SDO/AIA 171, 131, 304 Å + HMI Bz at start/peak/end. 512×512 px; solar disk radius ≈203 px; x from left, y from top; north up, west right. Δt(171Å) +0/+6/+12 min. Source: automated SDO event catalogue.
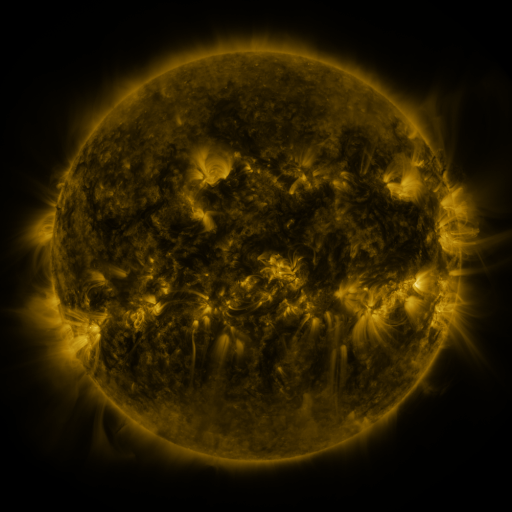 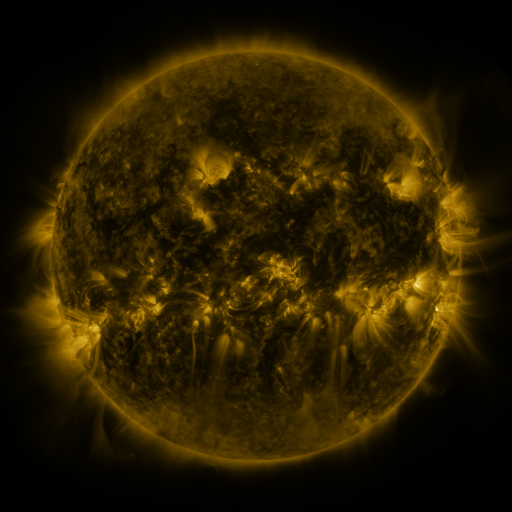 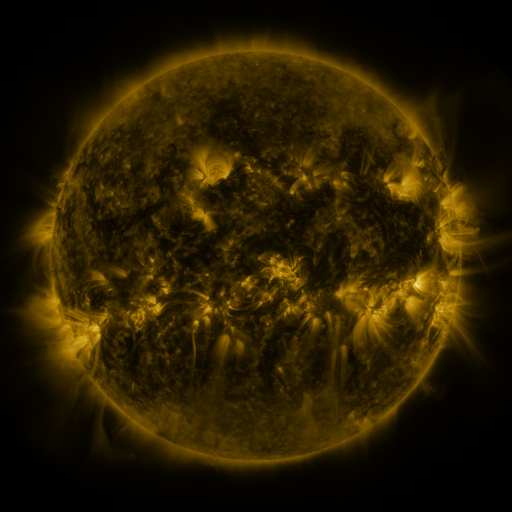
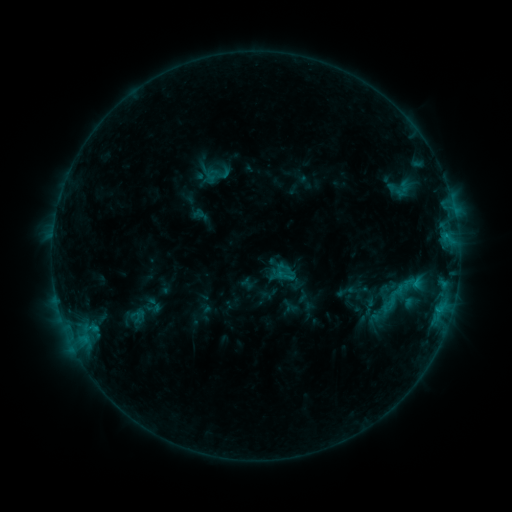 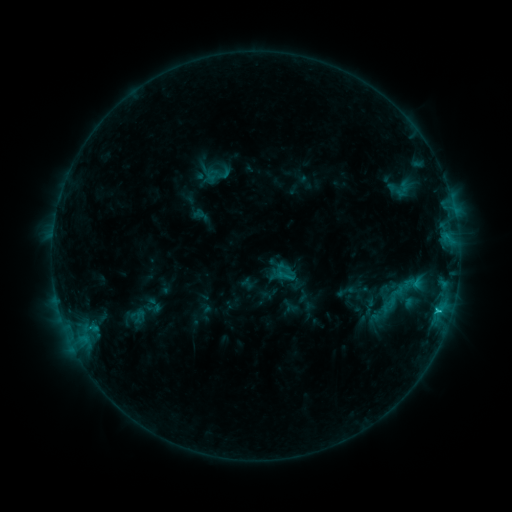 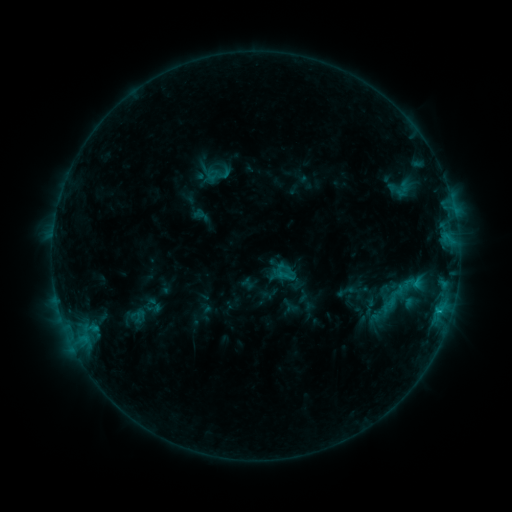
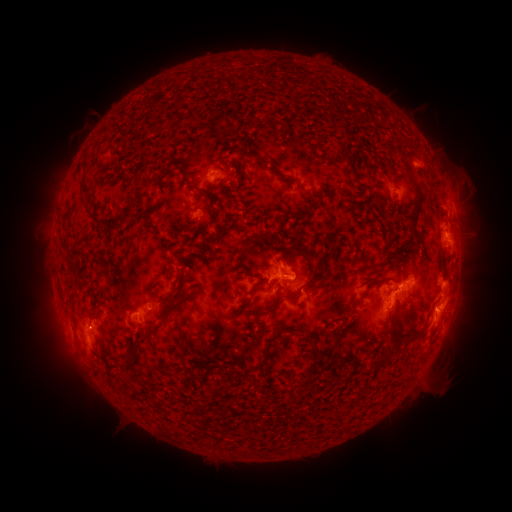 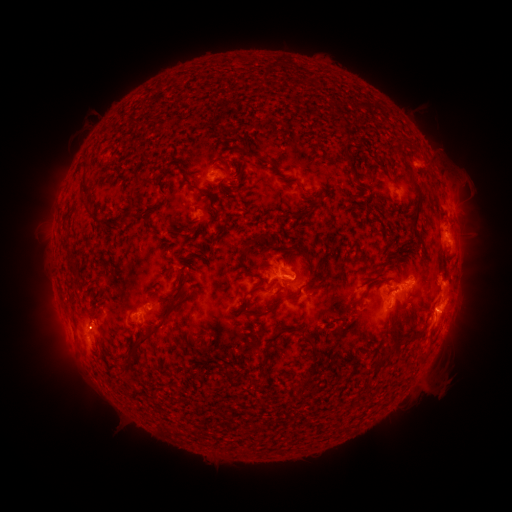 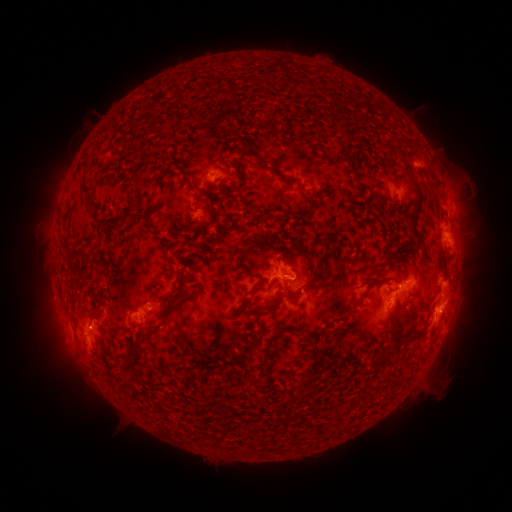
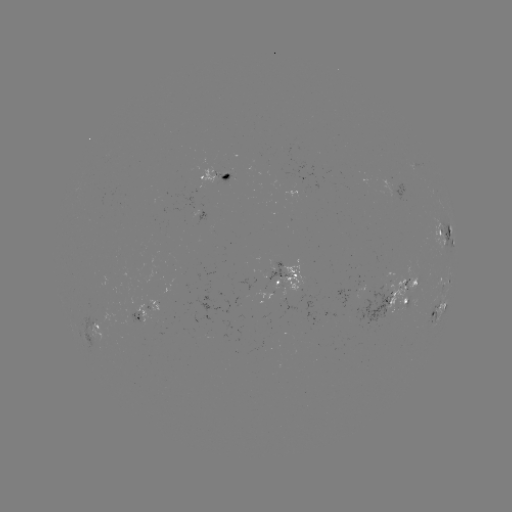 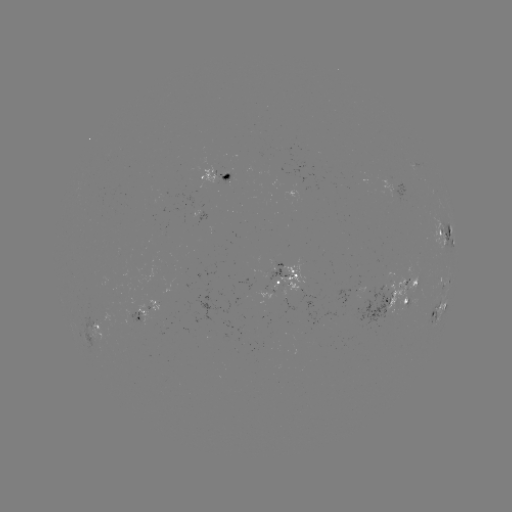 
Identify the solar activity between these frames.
C1.2 flare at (437, 309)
